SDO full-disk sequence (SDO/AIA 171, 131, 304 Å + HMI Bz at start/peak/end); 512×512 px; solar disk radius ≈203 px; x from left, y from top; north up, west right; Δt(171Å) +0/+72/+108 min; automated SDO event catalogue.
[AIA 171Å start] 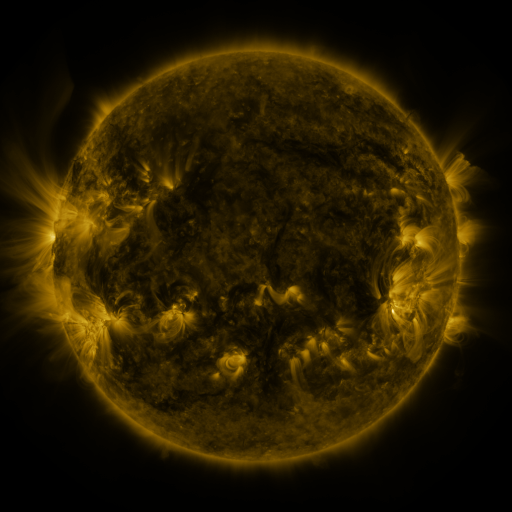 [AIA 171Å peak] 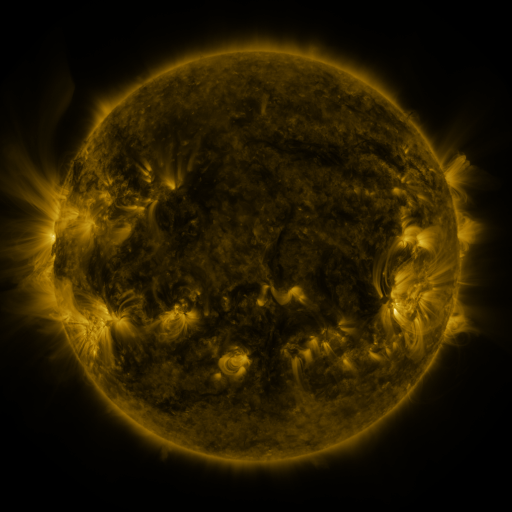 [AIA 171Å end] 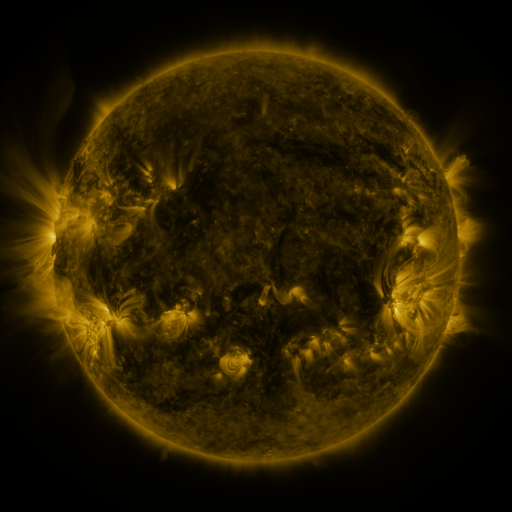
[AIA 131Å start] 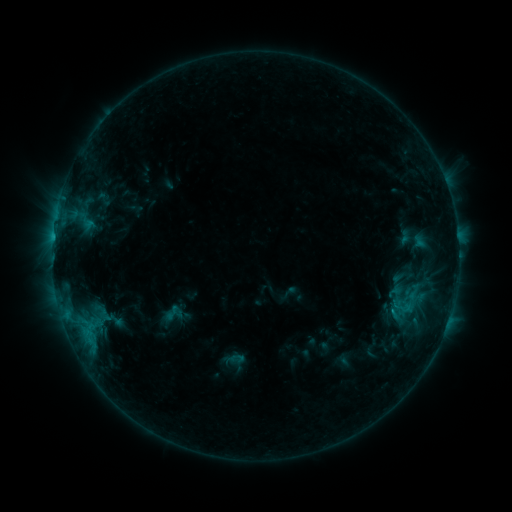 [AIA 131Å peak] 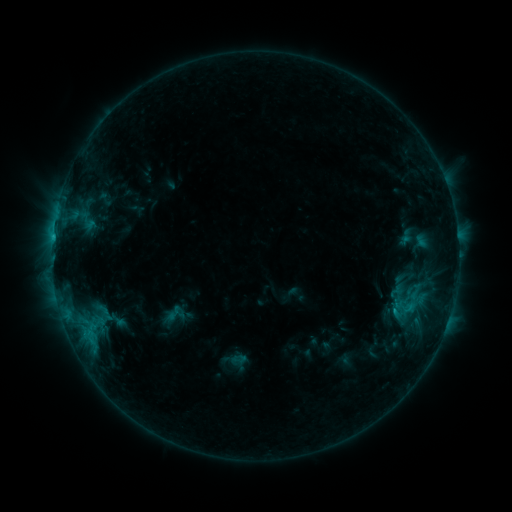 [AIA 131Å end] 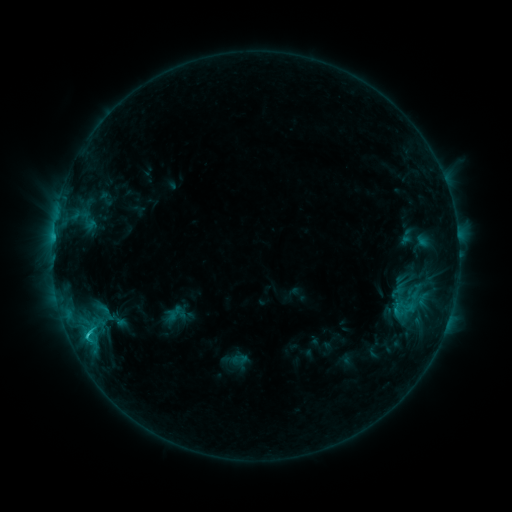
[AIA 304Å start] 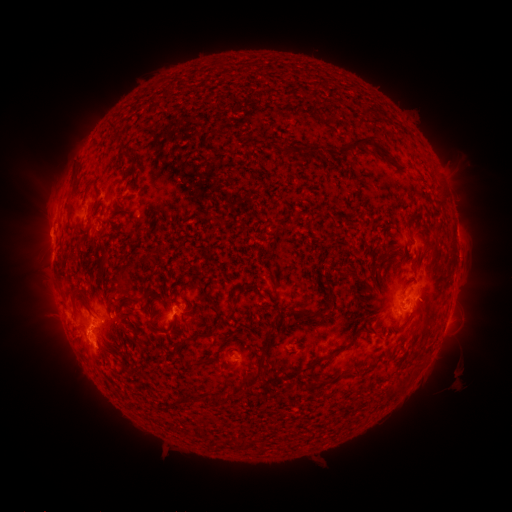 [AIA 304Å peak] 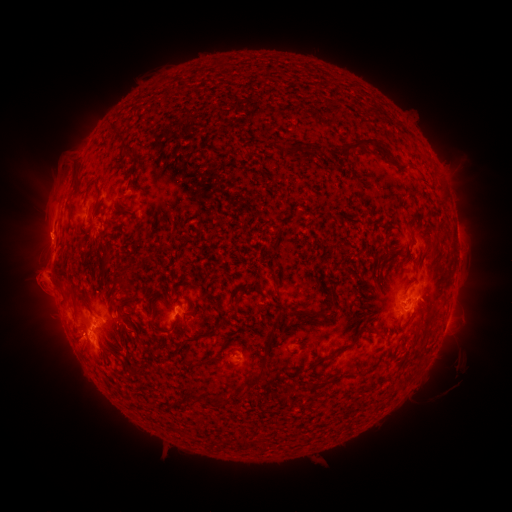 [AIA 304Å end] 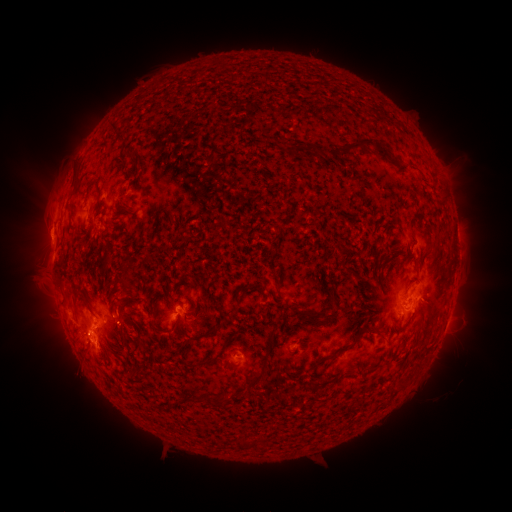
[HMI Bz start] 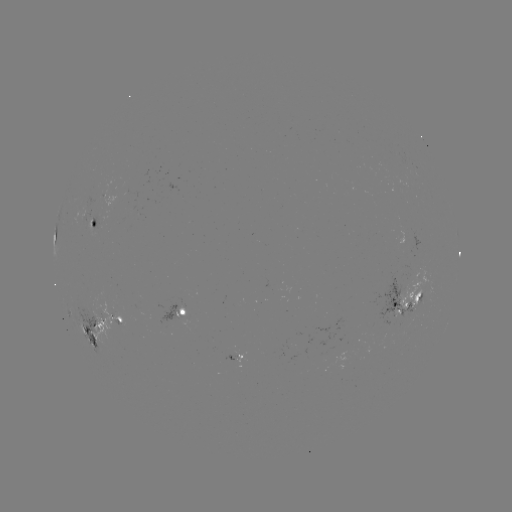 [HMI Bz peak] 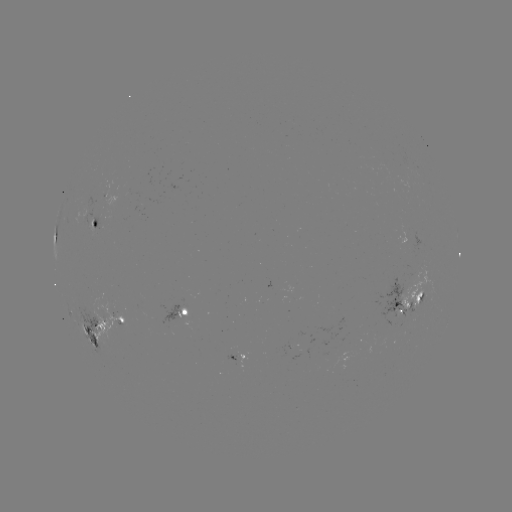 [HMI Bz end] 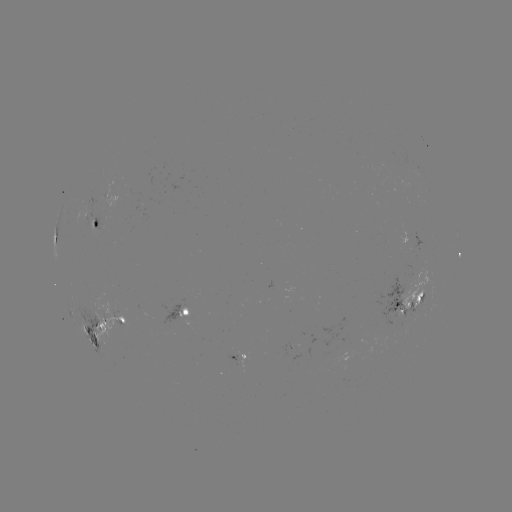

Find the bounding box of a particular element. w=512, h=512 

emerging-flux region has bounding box [79, 288, 136, 347].